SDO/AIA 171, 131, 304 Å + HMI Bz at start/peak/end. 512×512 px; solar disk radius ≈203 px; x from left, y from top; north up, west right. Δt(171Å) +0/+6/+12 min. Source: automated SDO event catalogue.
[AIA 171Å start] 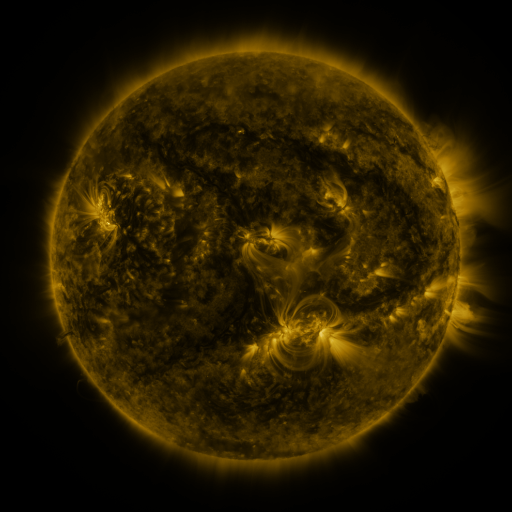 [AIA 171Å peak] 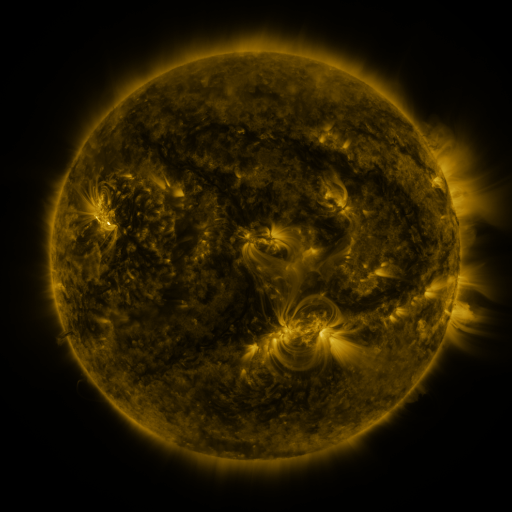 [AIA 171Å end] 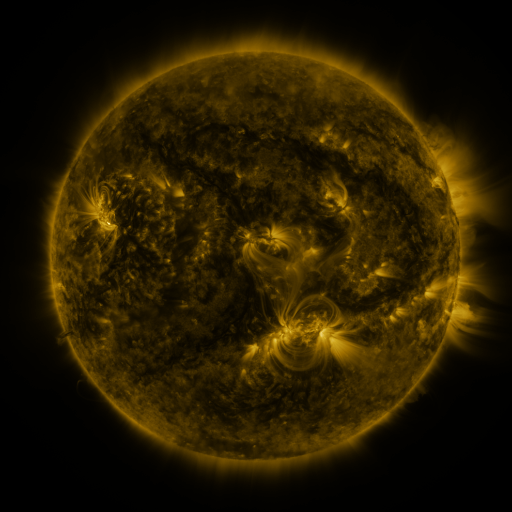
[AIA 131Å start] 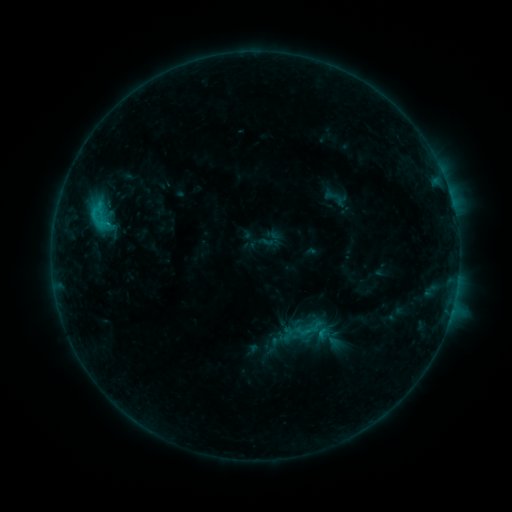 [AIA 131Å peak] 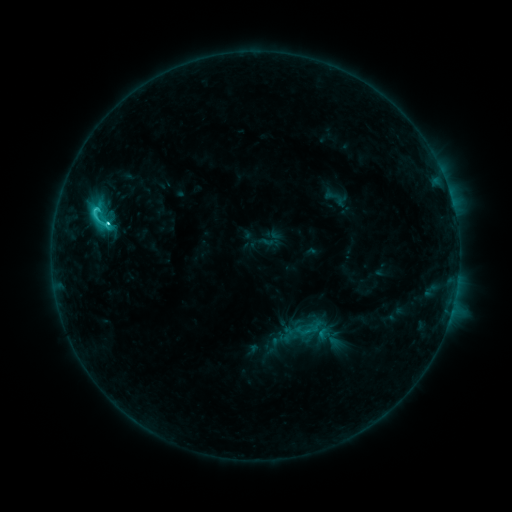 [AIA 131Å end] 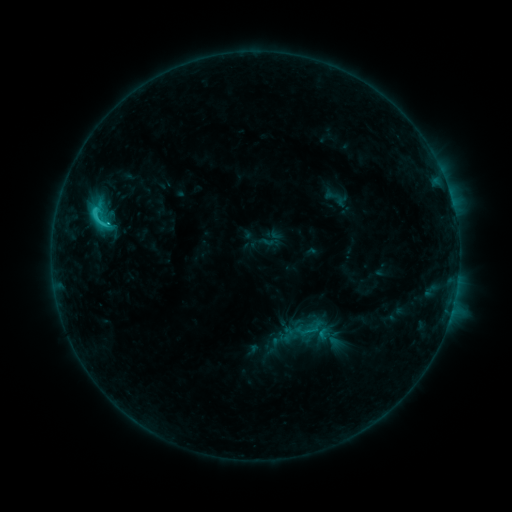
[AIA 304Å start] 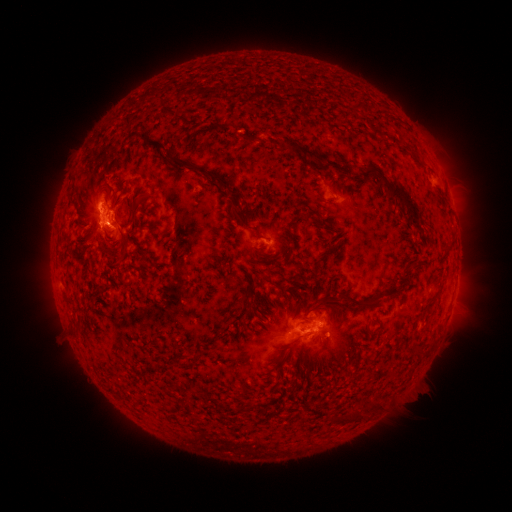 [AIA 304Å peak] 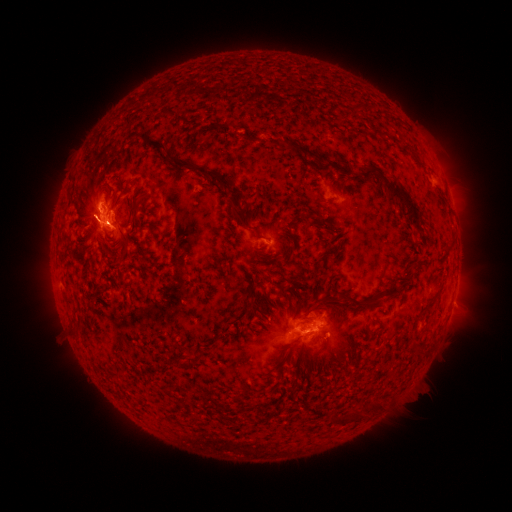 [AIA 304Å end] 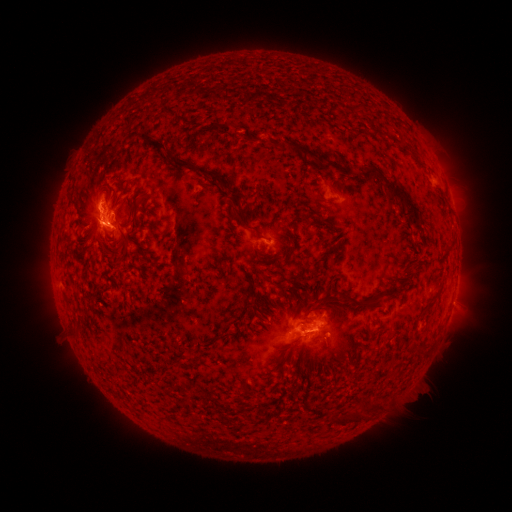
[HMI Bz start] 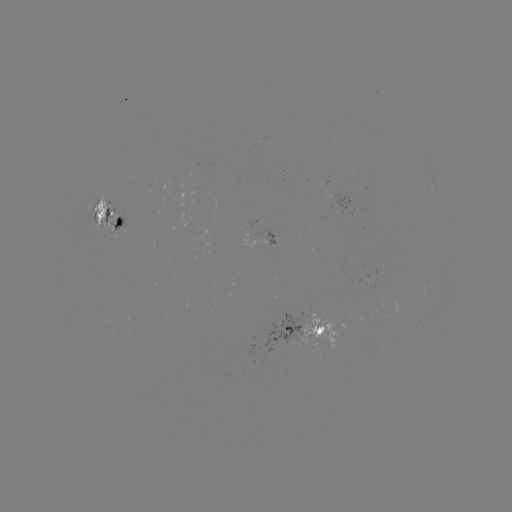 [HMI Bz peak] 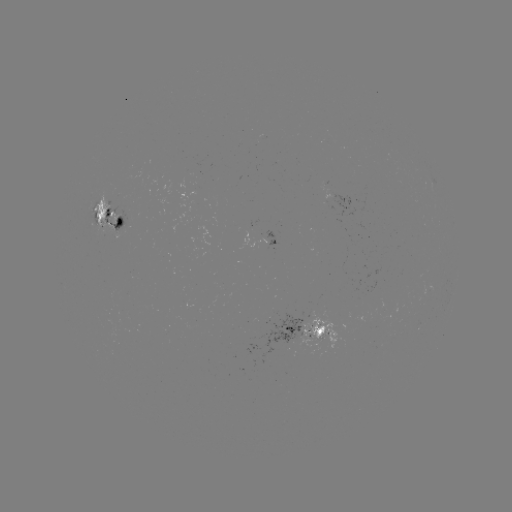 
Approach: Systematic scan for C3.5 flare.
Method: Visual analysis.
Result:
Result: C3.5 flare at (108, 227).